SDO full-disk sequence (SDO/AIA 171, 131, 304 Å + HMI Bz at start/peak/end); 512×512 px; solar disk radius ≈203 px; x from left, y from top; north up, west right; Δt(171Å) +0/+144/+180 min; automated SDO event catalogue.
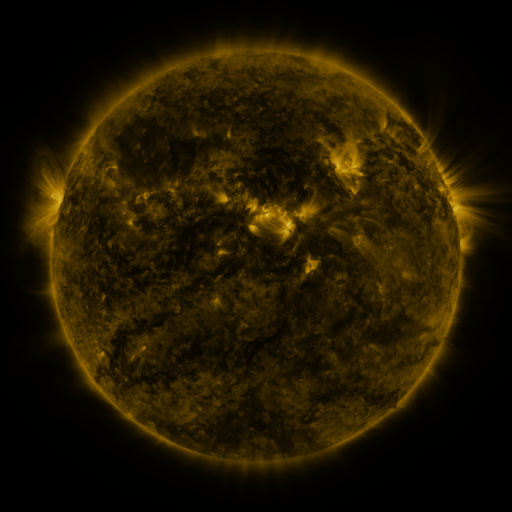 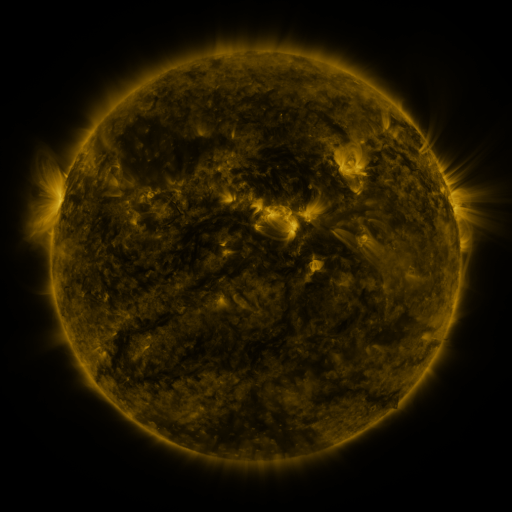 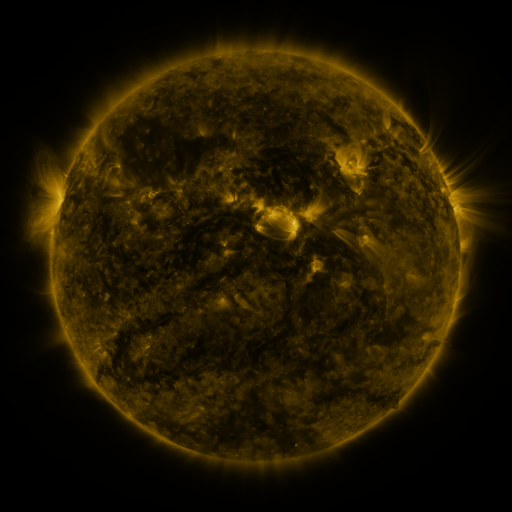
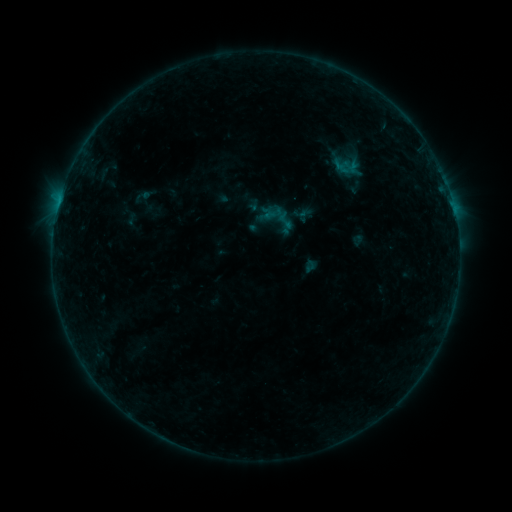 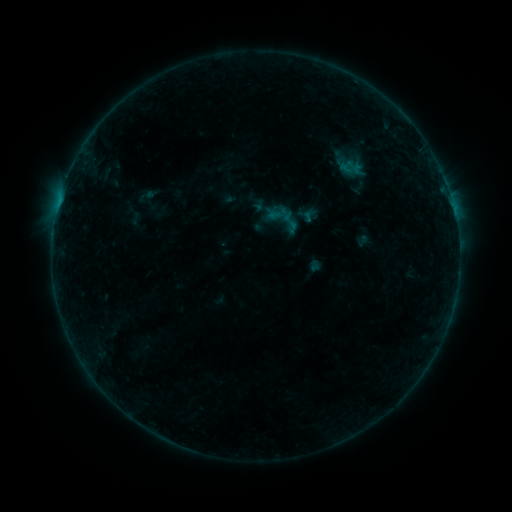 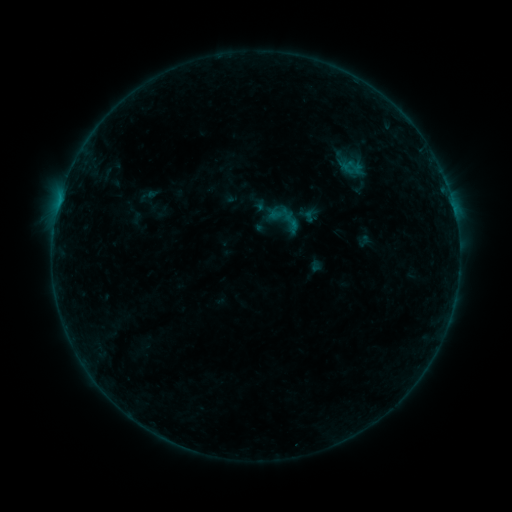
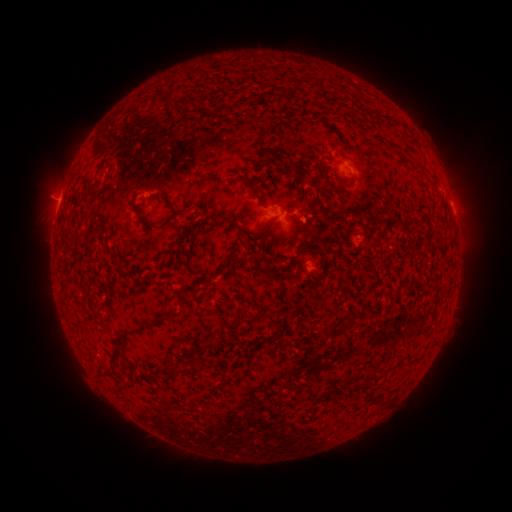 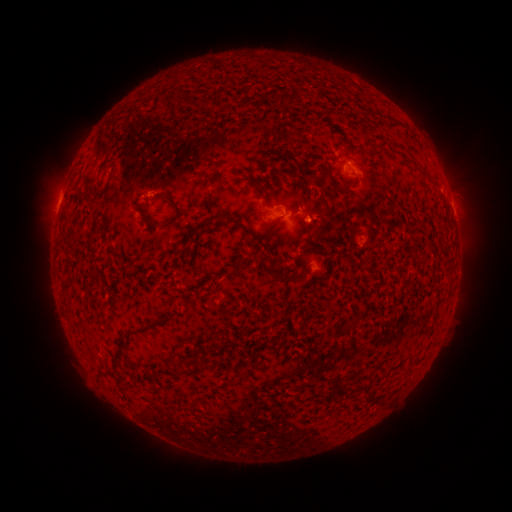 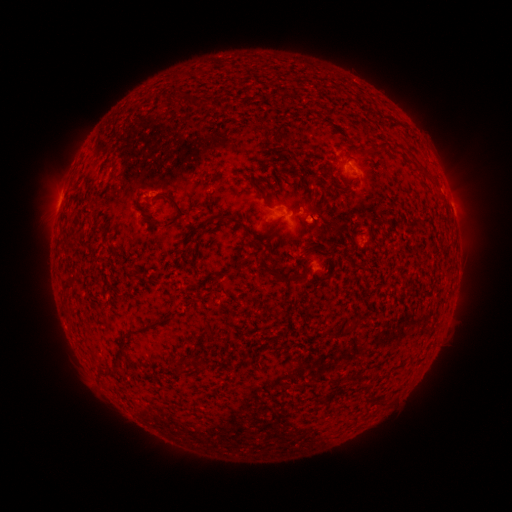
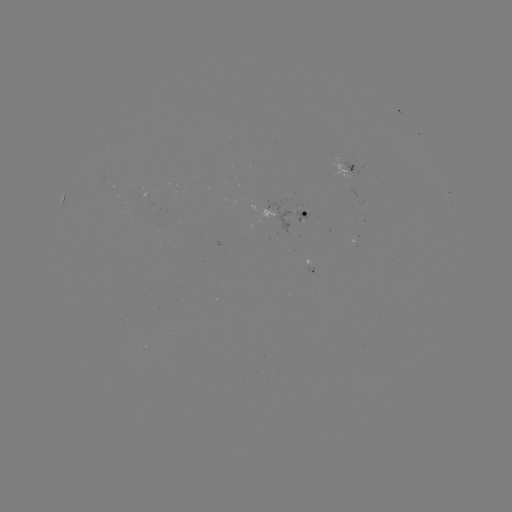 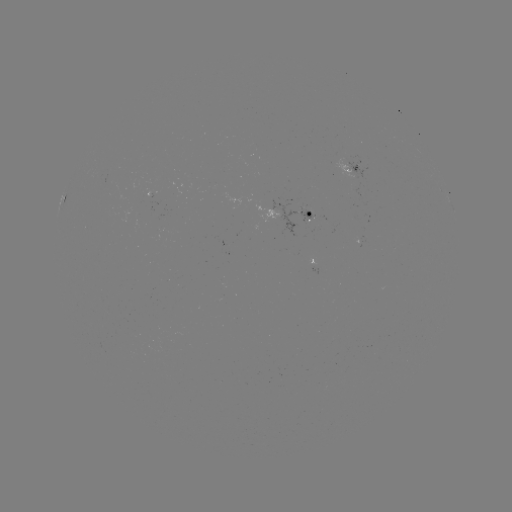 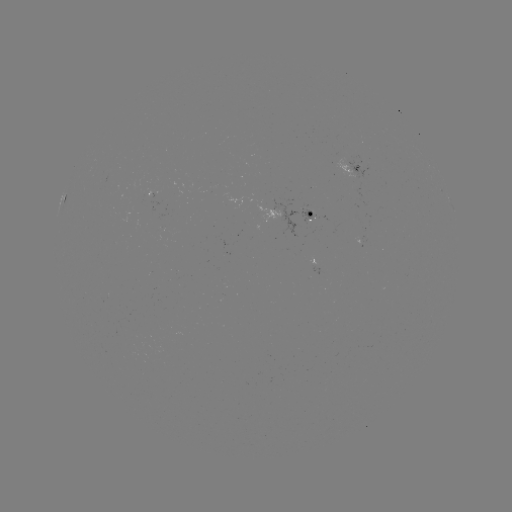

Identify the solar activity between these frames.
emerging-flux region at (309, 213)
